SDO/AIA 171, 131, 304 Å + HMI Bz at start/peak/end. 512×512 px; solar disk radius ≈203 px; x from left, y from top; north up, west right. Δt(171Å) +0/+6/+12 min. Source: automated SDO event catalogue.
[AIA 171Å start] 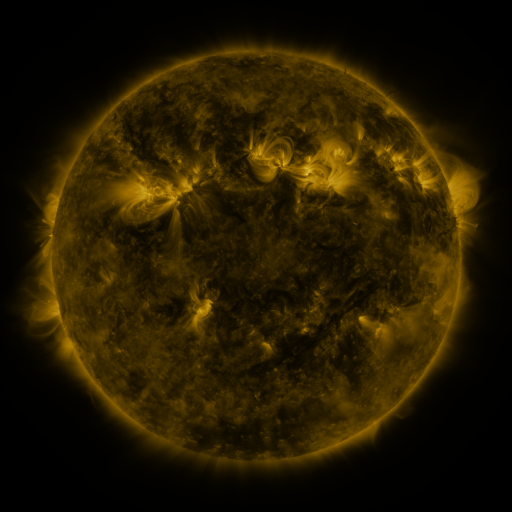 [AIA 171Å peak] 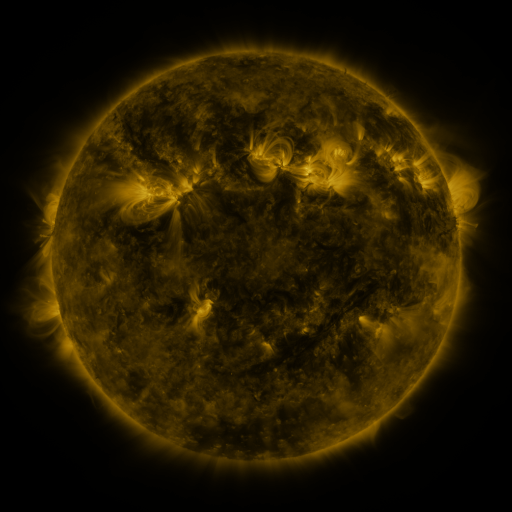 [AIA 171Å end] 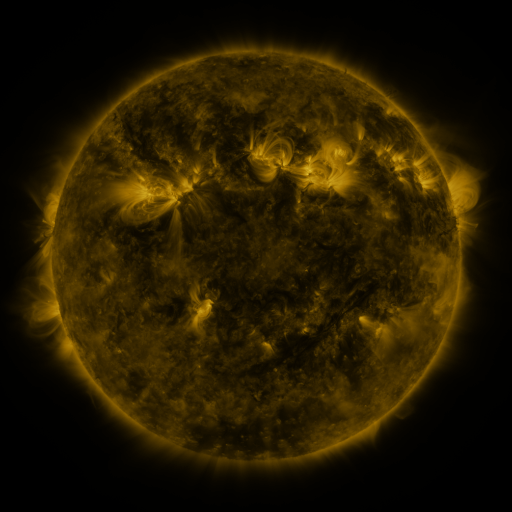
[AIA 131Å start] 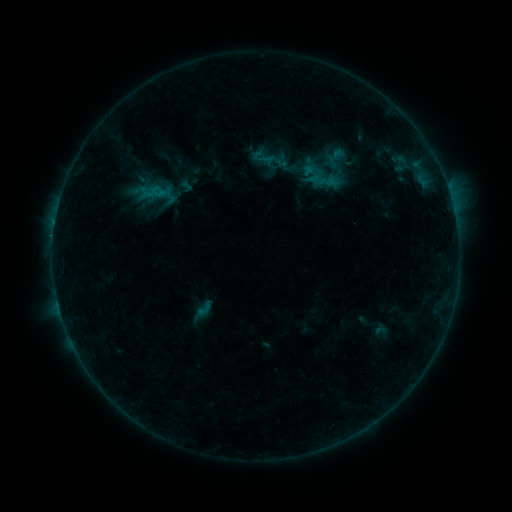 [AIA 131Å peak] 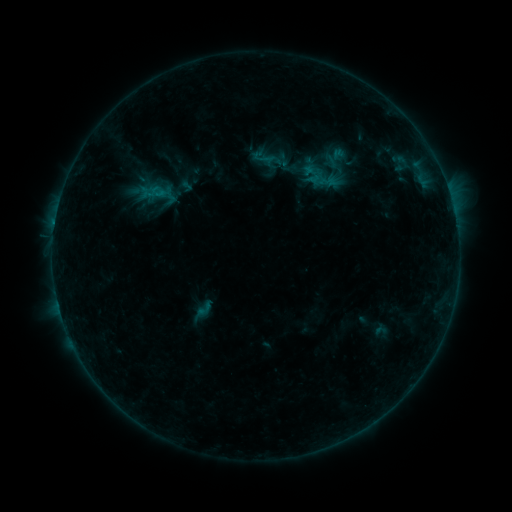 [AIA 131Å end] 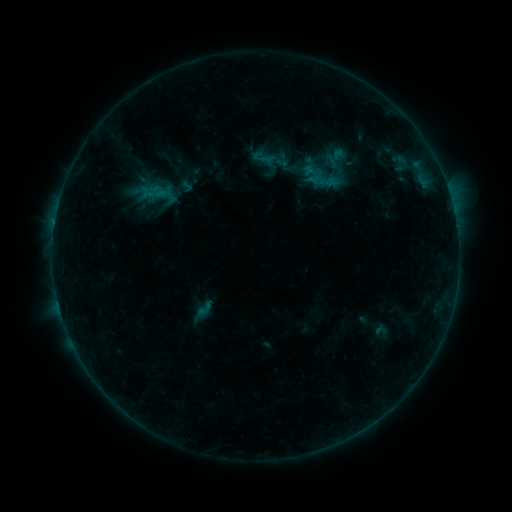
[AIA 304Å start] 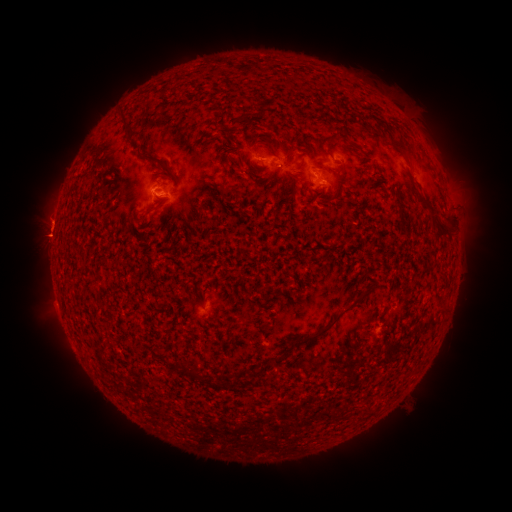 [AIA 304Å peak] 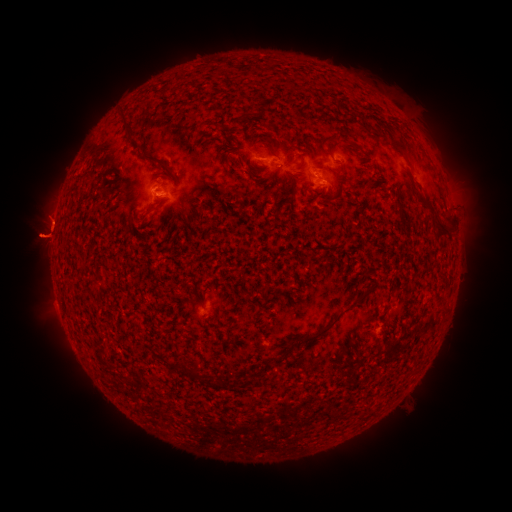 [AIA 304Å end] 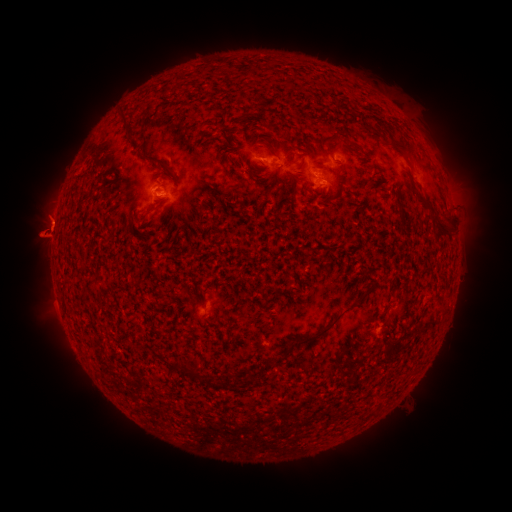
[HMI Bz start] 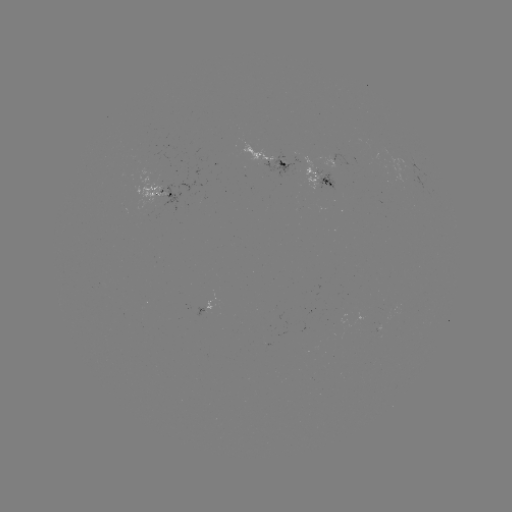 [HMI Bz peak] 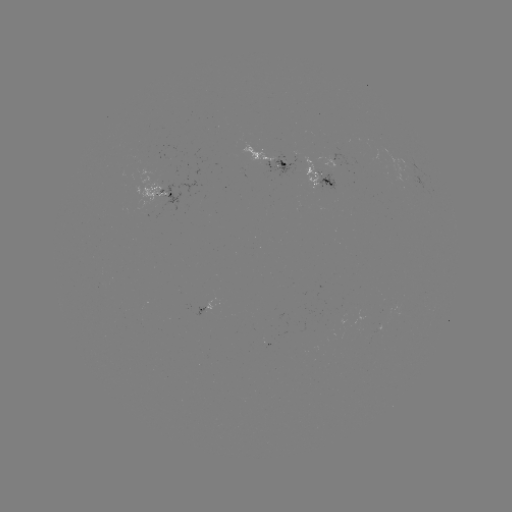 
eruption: [7, 210, 70, 267]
